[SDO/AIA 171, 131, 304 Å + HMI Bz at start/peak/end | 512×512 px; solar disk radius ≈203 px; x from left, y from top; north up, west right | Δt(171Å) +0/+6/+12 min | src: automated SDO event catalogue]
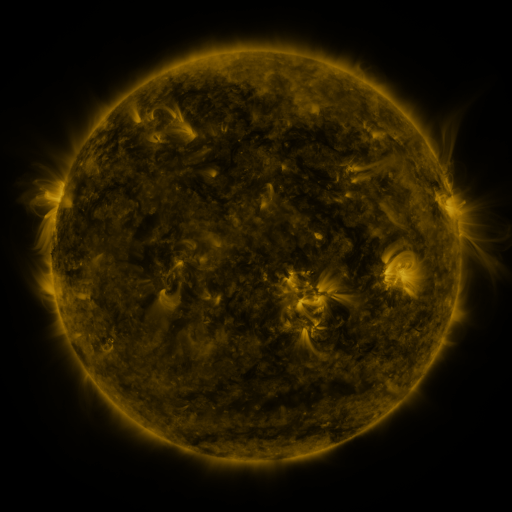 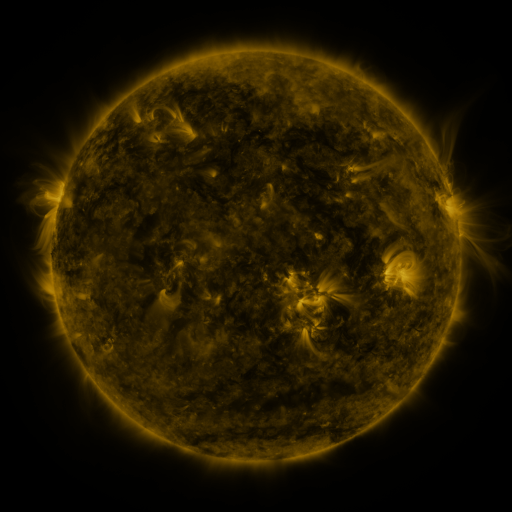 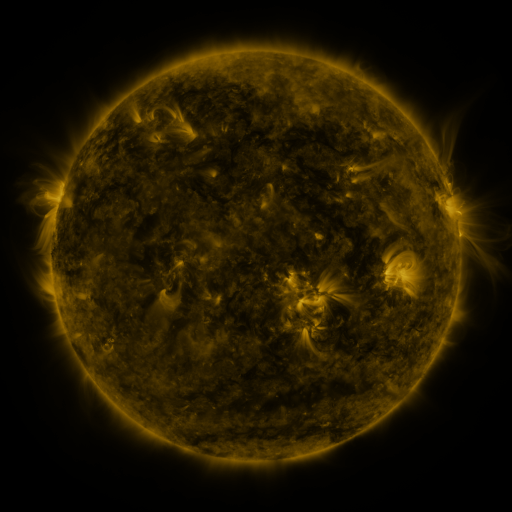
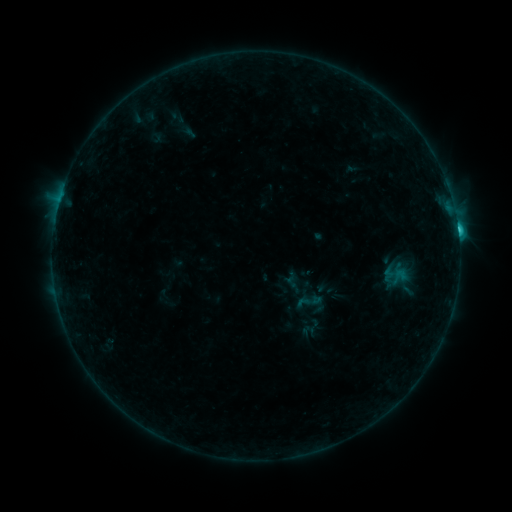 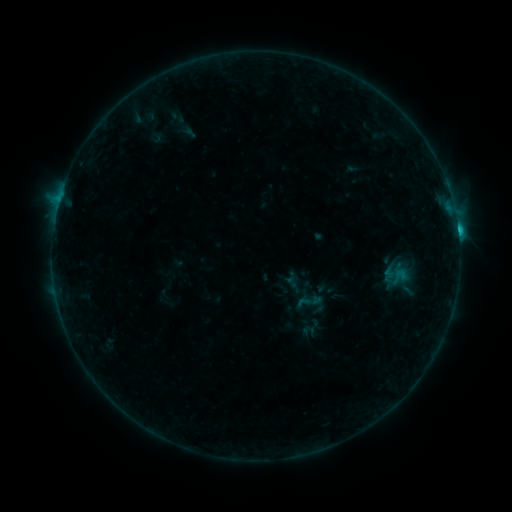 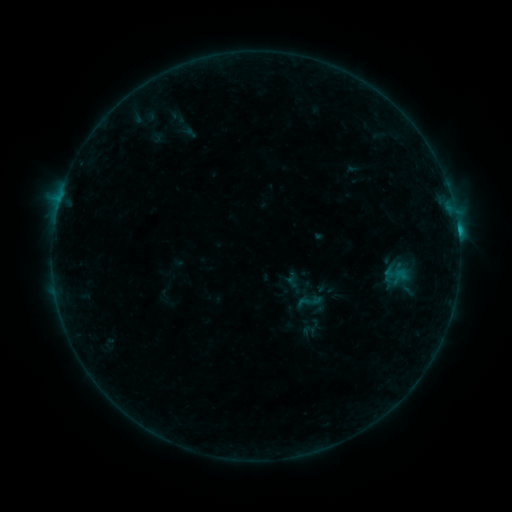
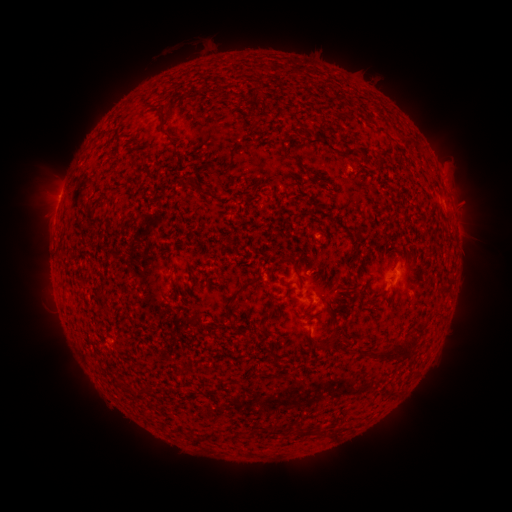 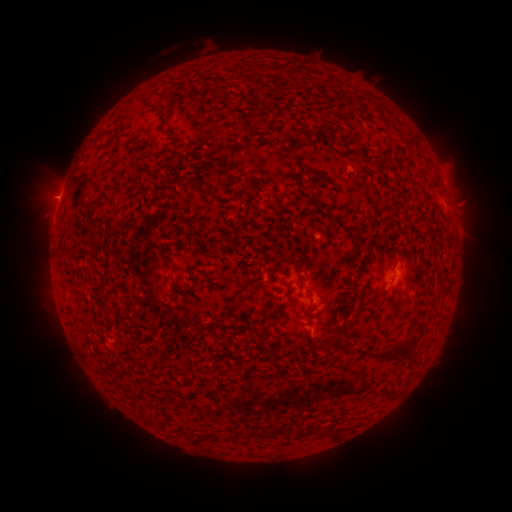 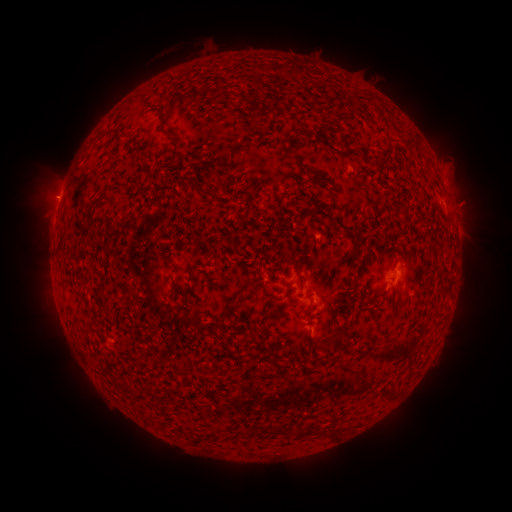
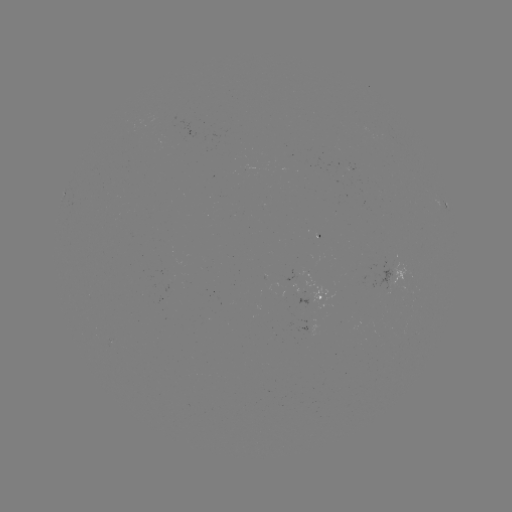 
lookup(eruption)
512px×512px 52,197